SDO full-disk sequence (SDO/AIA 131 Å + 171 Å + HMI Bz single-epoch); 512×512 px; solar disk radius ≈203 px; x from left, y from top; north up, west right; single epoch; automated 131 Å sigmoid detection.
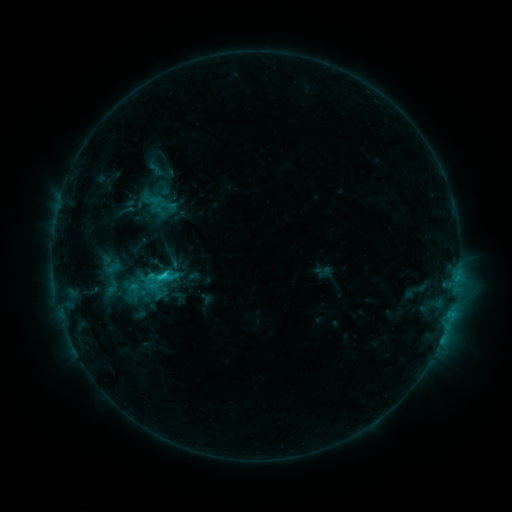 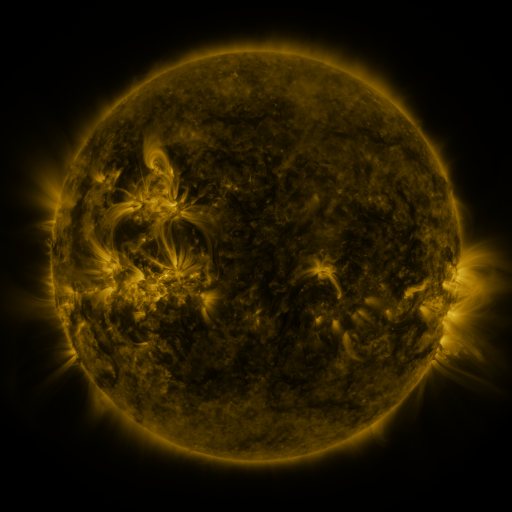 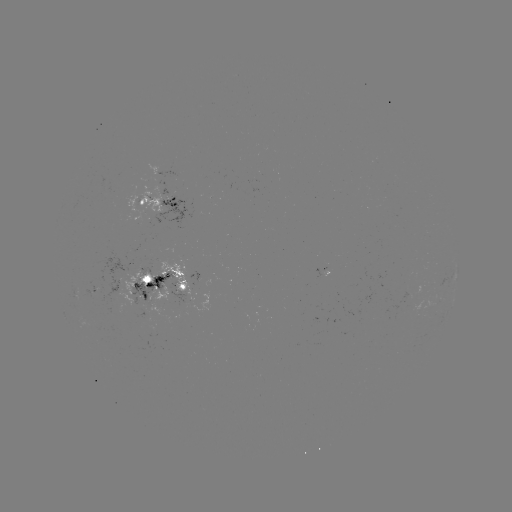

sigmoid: (87, 256, 136, 297)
